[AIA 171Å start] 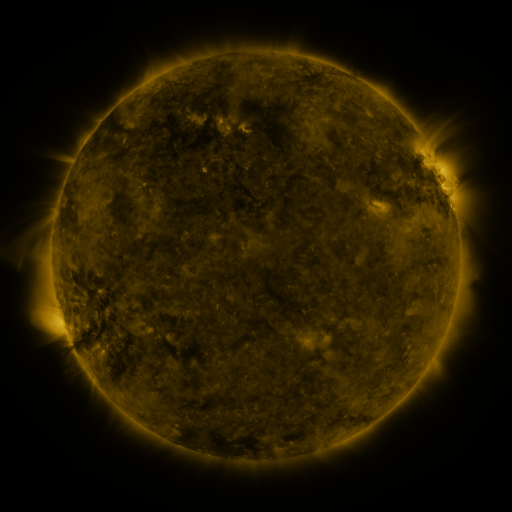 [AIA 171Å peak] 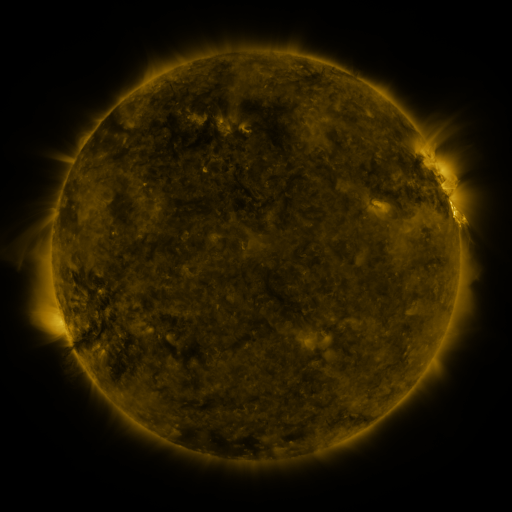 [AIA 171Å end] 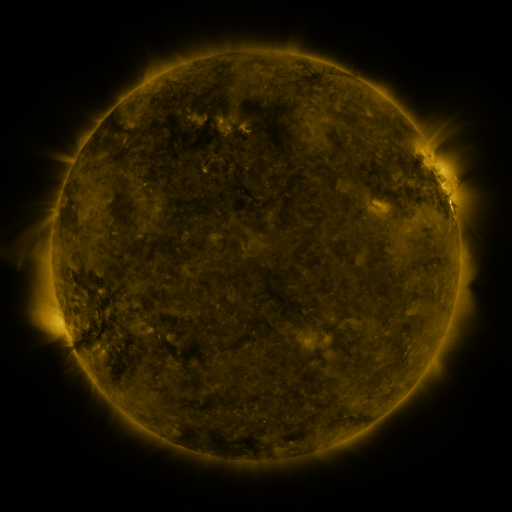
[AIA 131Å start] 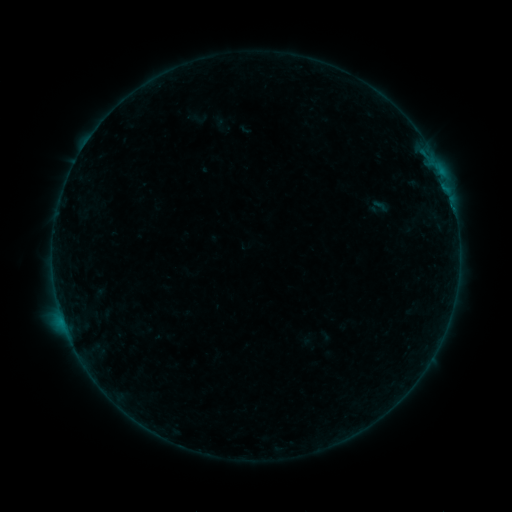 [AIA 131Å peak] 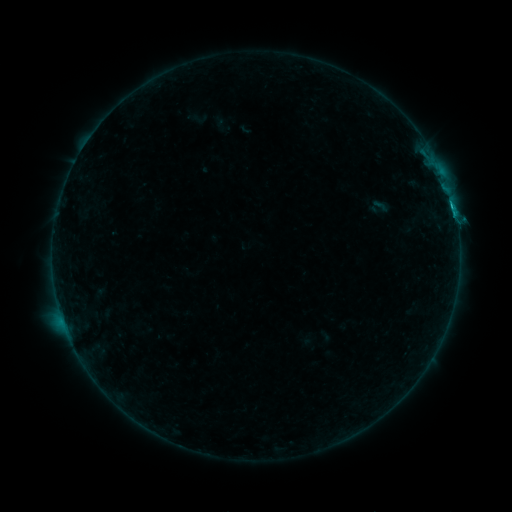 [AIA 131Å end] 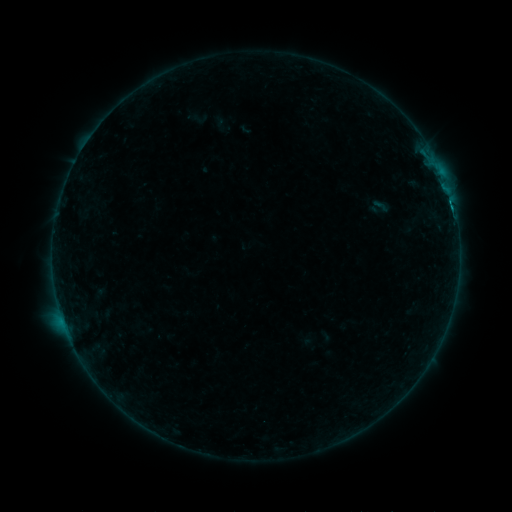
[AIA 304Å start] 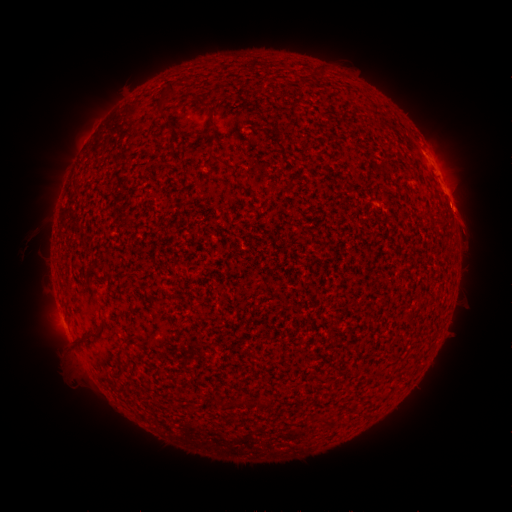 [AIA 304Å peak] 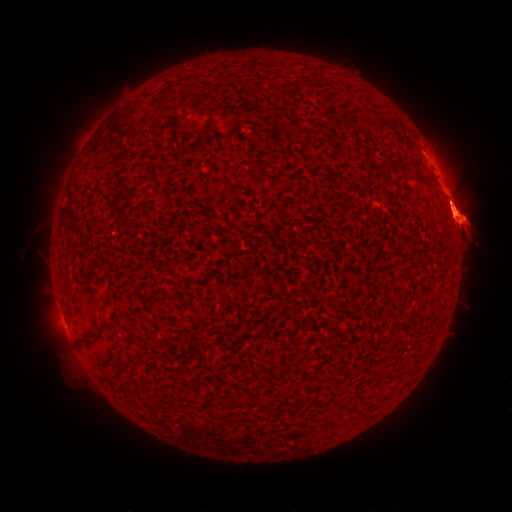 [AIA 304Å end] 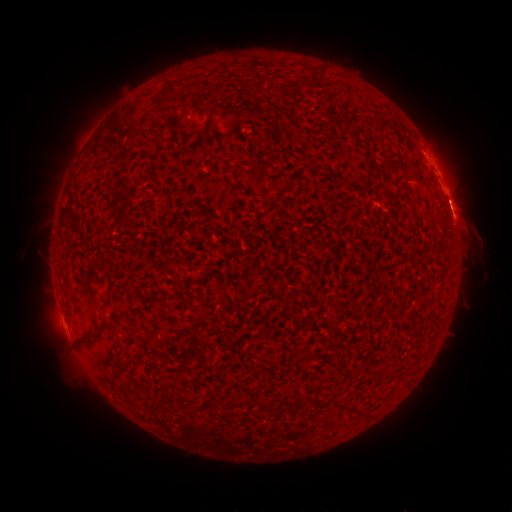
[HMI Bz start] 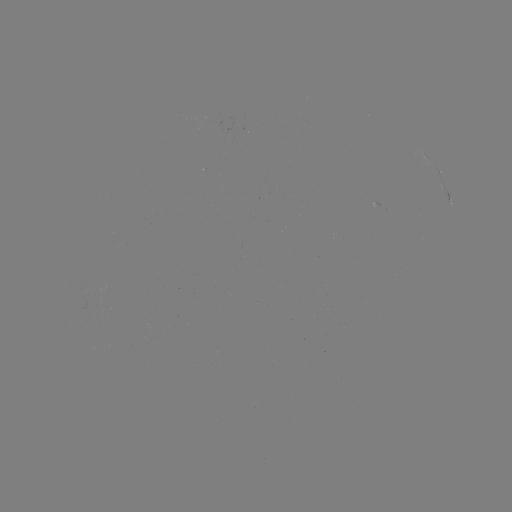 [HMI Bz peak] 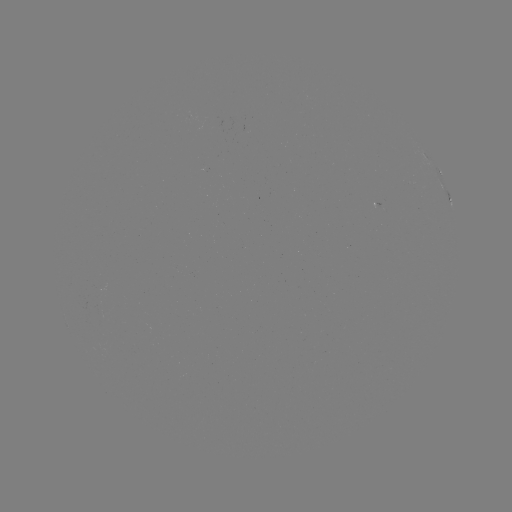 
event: flare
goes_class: C1.2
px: (454, 212)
